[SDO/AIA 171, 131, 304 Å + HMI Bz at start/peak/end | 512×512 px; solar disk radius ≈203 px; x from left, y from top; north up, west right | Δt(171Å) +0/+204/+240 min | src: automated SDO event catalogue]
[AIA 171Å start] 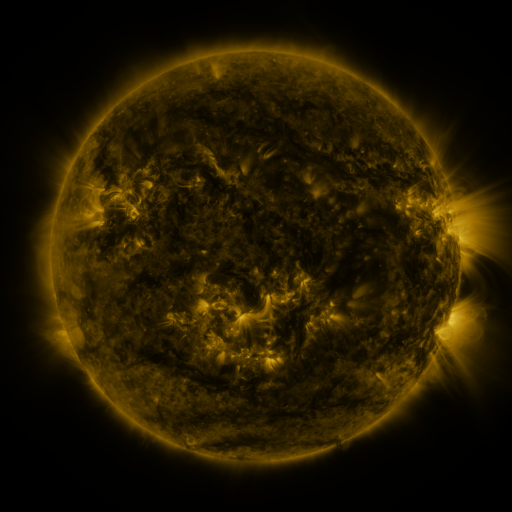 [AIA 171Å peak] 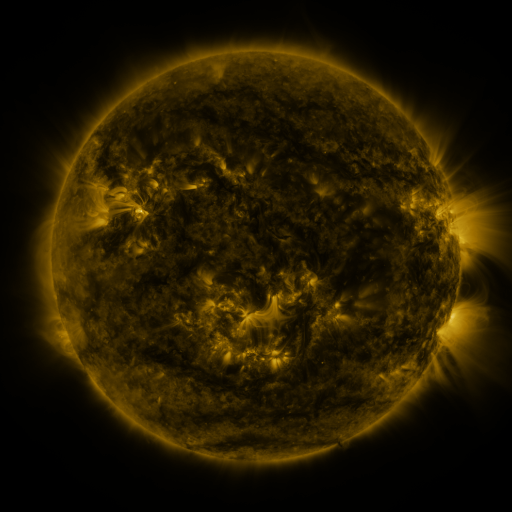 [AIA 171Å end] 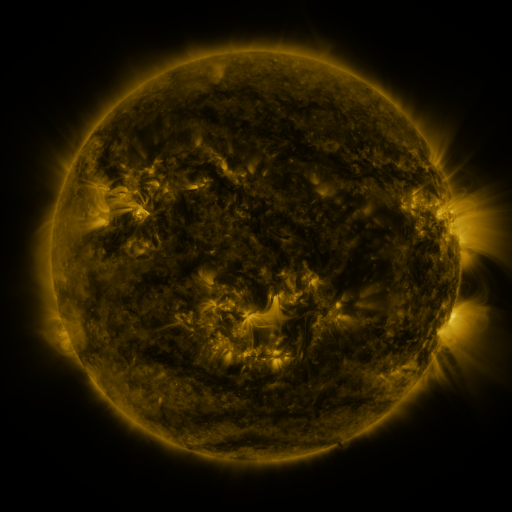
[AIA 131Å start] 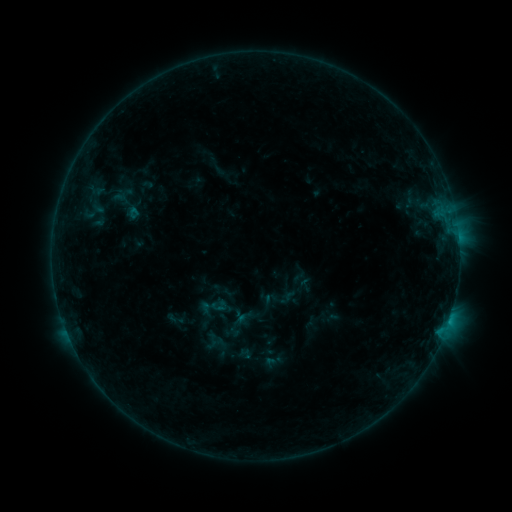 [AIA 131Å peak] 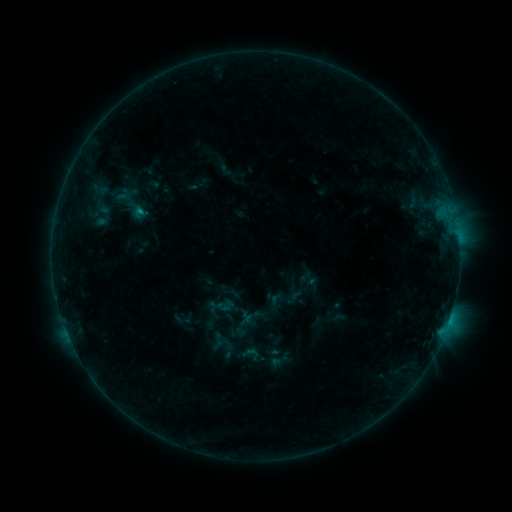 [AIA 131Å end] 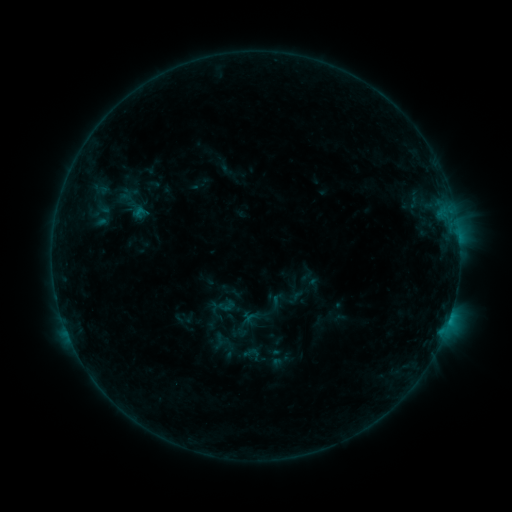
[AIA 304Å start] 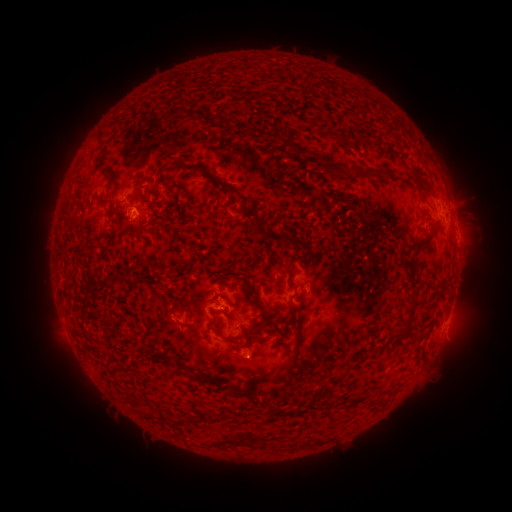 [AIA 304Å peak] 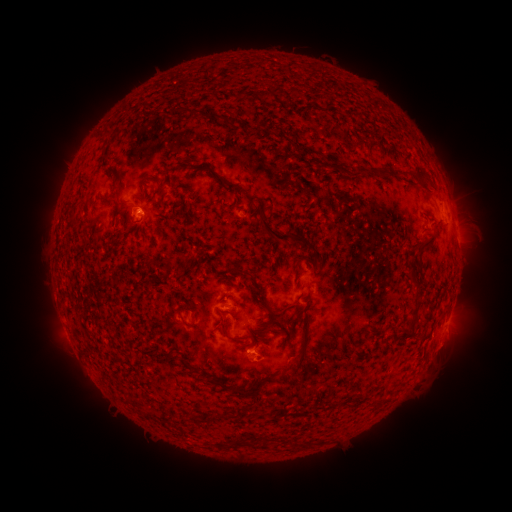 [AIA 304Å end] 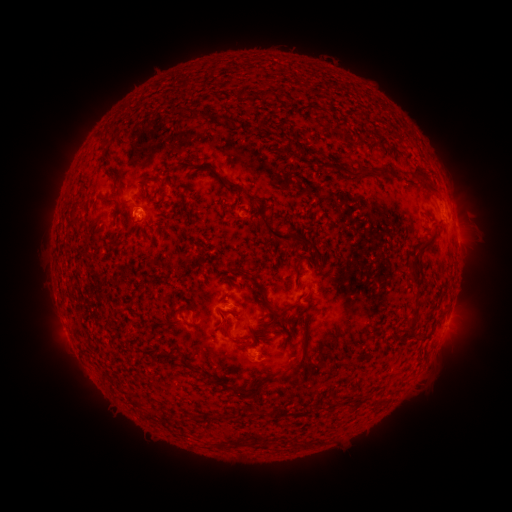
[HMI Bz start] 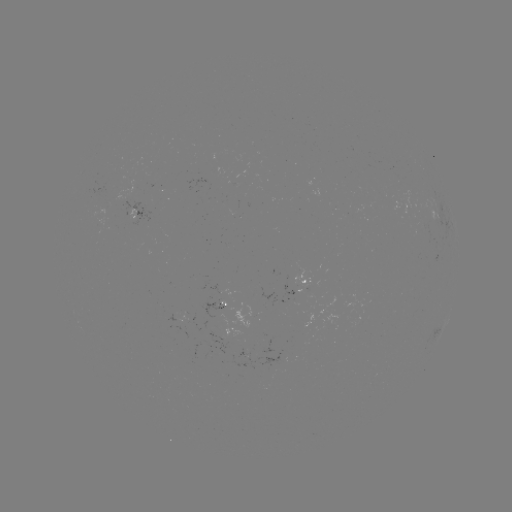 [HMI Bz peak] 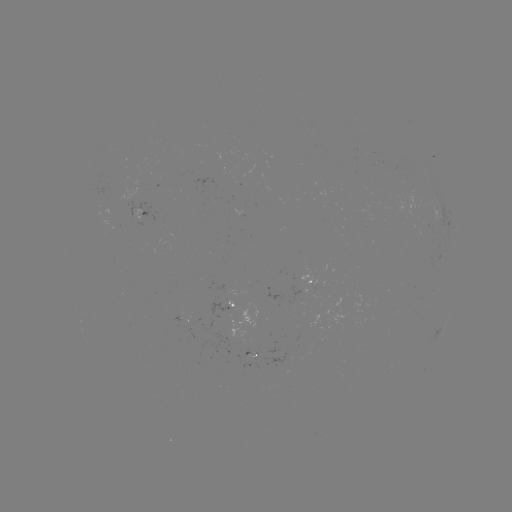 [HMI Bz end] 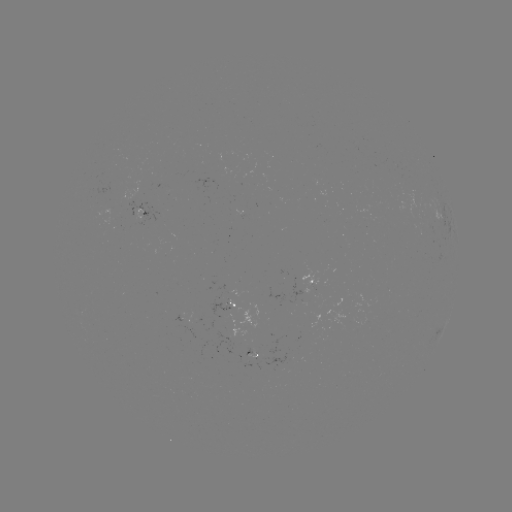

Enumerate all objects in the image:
emerging-flux region: (300, 289)
